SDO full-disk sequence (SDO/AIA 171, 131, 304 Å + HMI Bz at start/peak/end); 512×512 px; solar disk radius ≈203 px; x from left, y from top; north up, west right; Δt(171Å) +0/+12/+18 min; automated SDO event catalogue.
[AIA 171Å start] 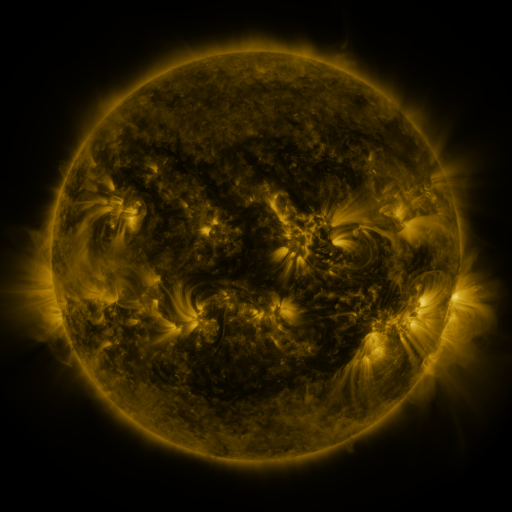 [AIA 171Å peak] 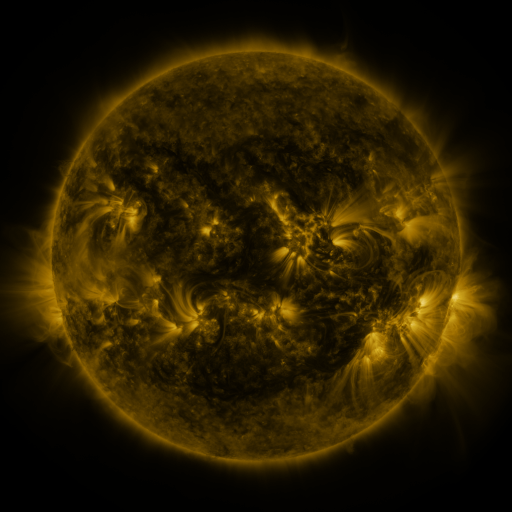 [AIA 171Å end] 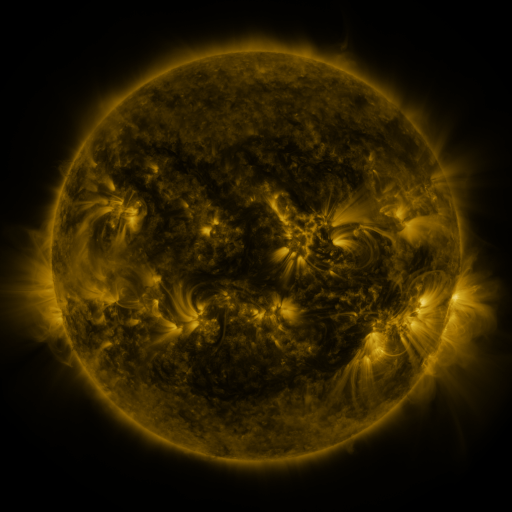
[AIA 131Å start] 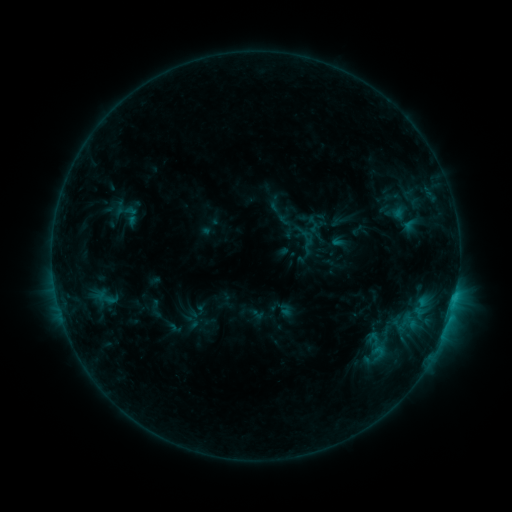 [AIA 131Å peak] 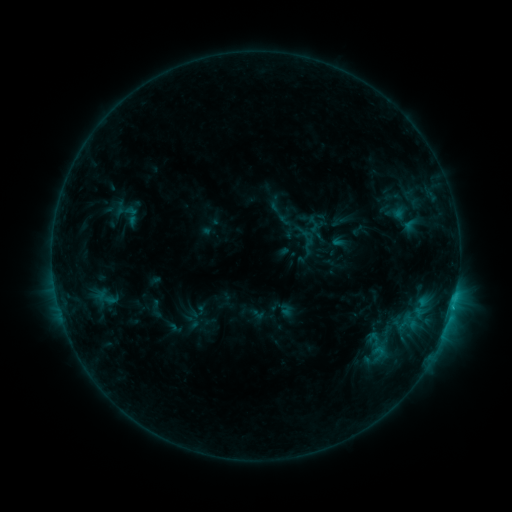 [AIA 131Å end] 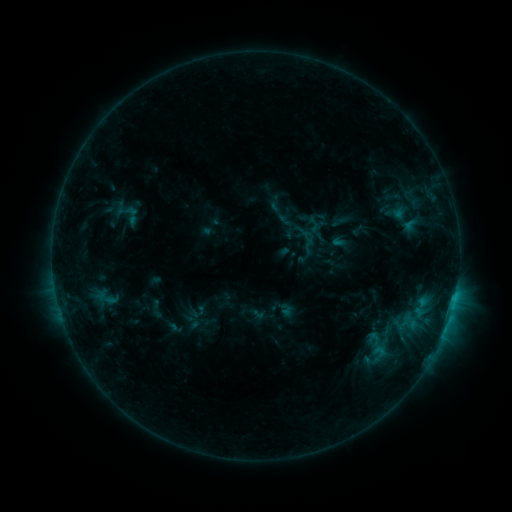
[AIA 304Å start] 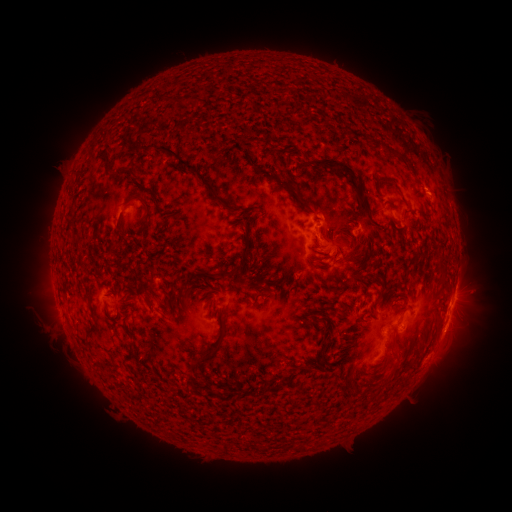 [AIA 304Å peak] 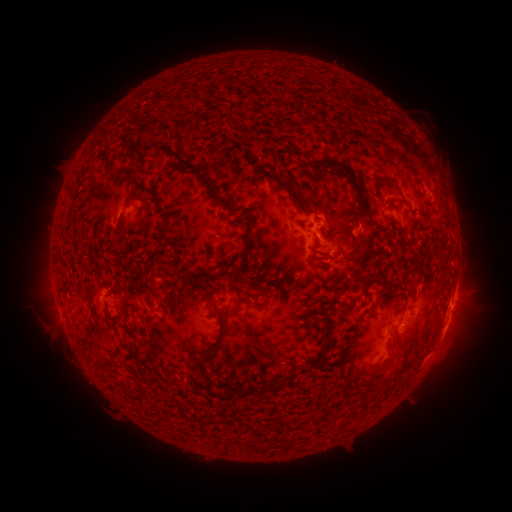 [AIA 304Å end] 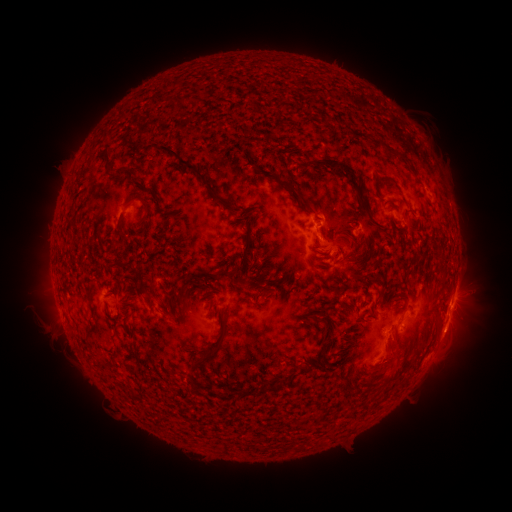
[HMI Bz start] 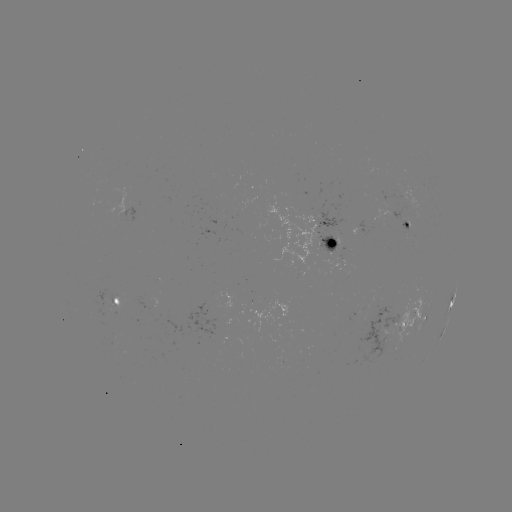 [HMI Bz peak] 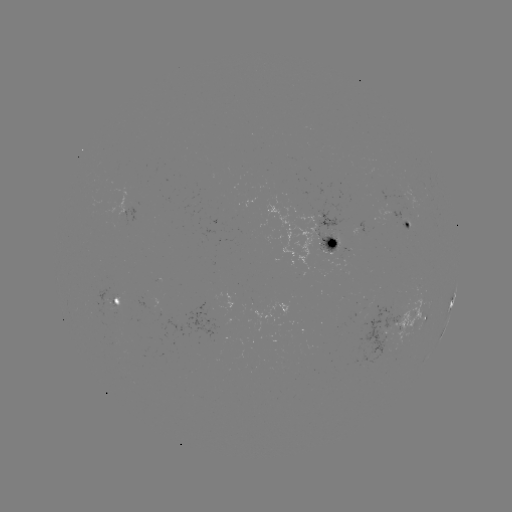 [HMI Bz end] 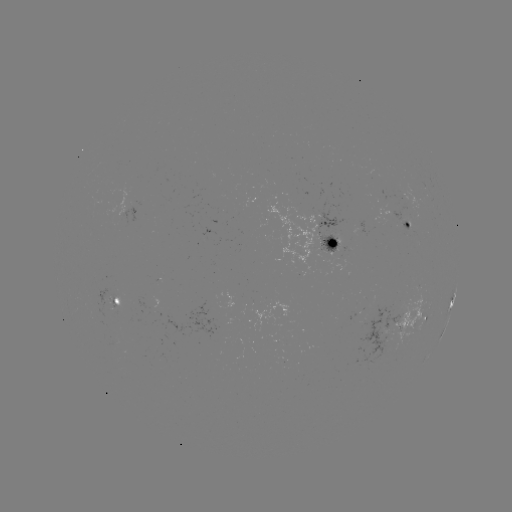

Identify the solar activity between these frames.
eruption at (392, 360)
